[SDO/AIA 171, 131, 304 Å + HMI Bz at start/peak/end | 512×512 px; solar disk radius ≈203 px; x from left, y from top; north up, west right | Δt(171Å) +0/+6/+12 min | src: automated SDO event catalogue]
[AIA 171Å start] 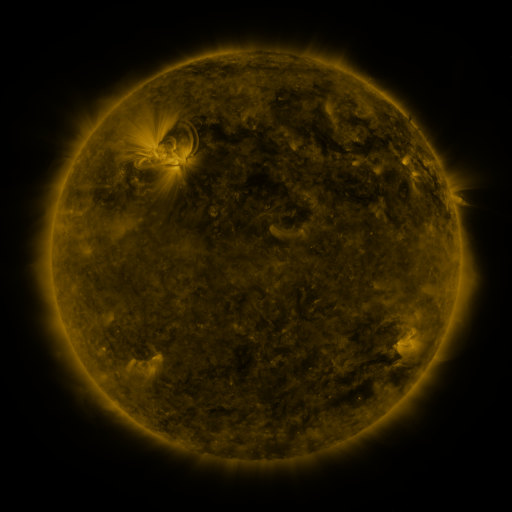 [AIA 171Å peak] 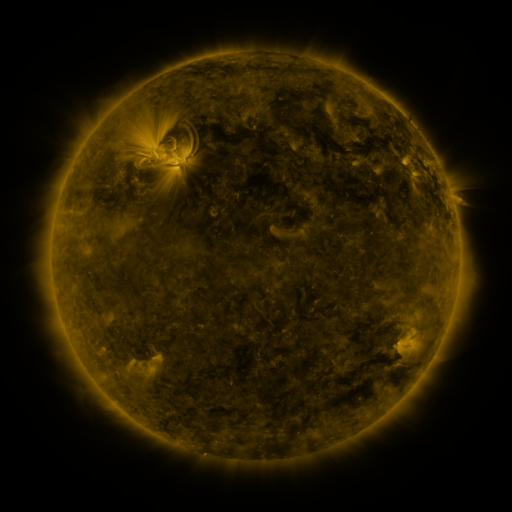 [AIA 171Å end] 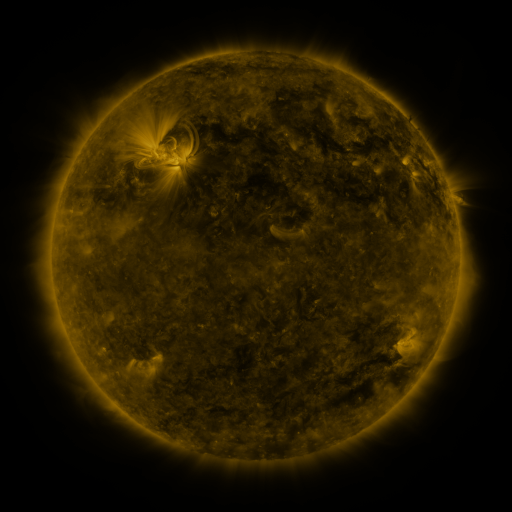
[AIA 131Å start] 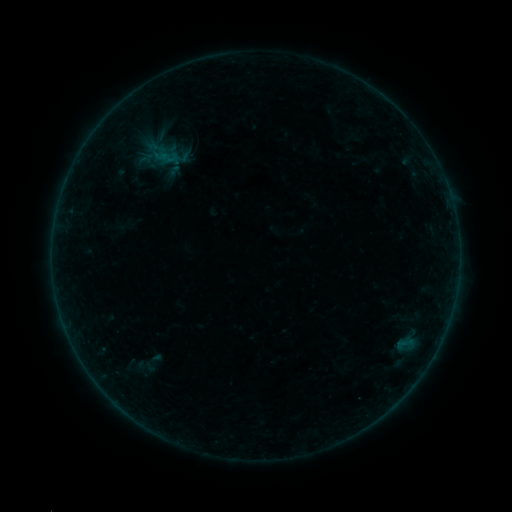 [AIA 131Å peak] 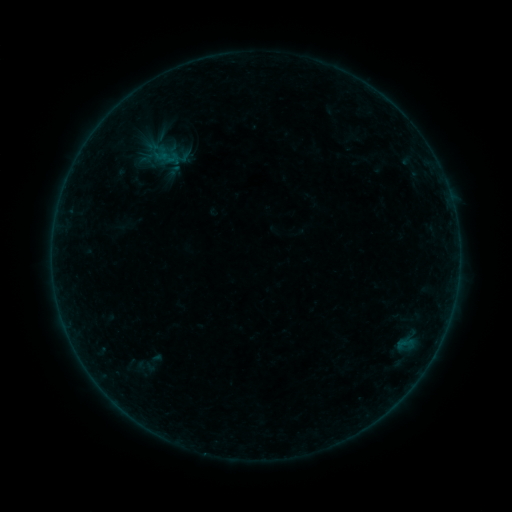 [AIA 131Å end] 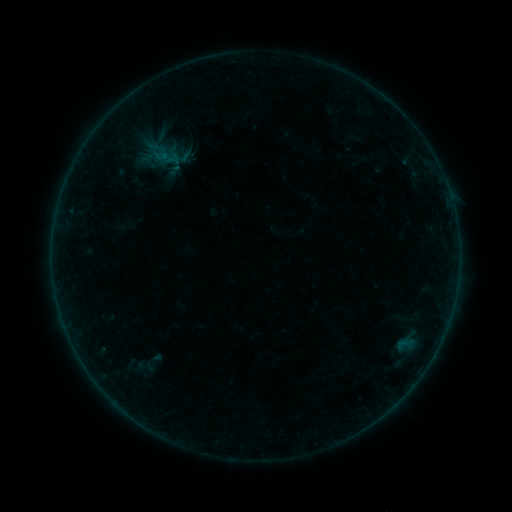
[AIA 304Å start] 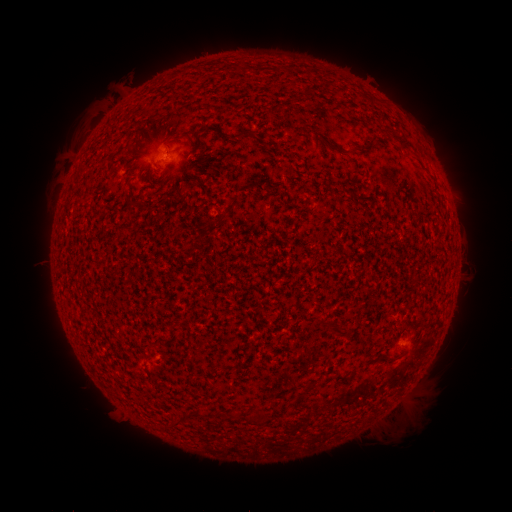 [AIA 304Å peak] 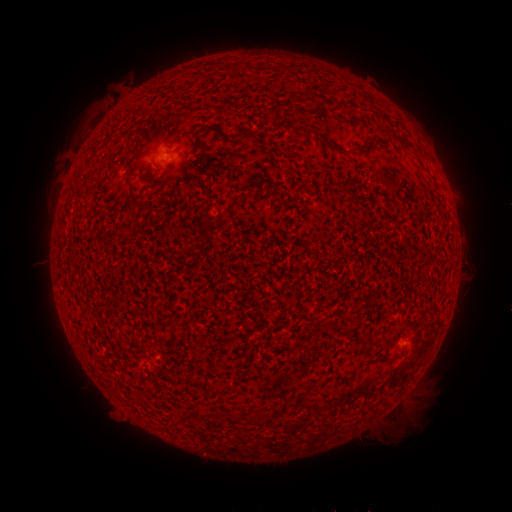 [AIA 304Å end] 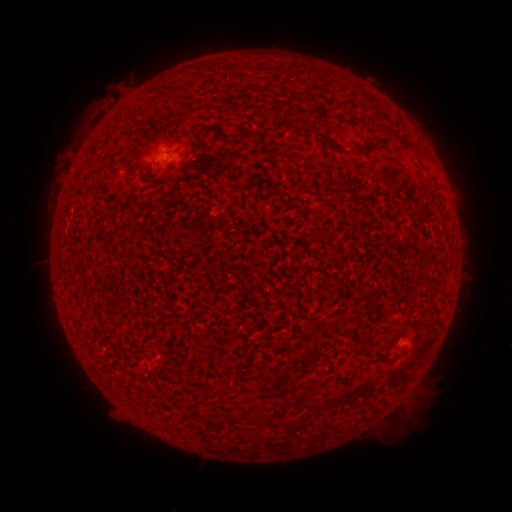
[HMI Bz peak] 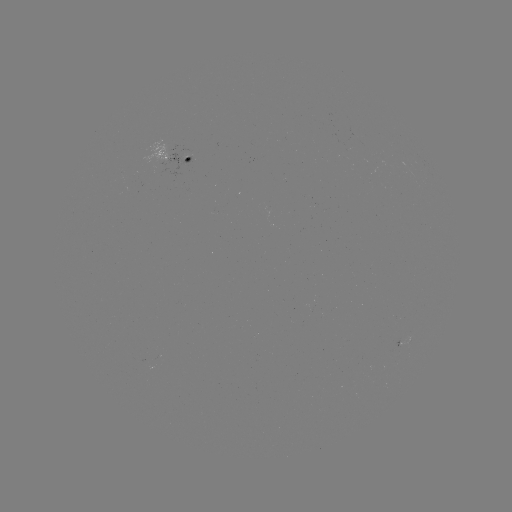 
no catalogued flare and no flagged EUV brightening in this window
